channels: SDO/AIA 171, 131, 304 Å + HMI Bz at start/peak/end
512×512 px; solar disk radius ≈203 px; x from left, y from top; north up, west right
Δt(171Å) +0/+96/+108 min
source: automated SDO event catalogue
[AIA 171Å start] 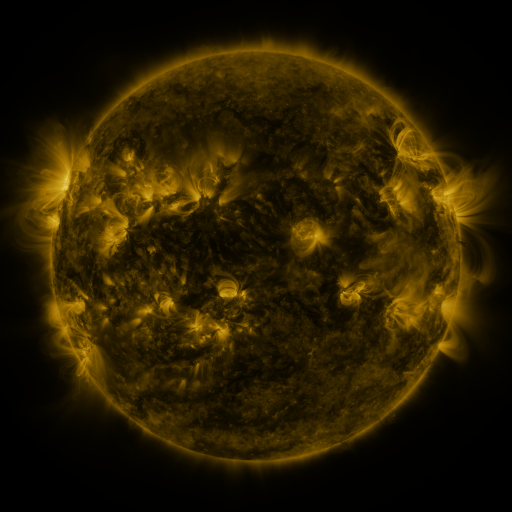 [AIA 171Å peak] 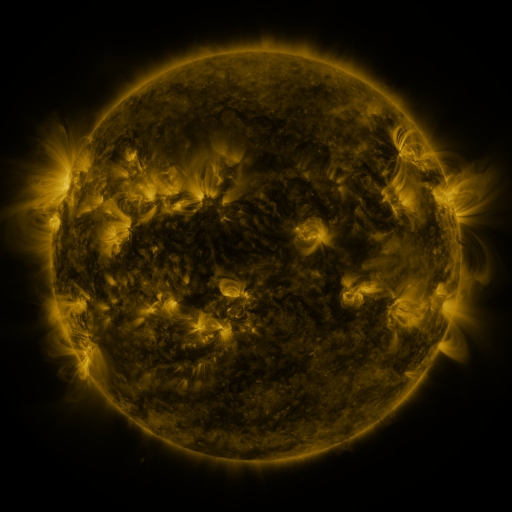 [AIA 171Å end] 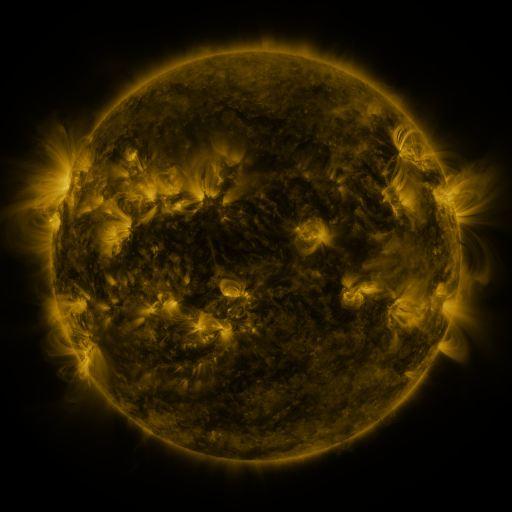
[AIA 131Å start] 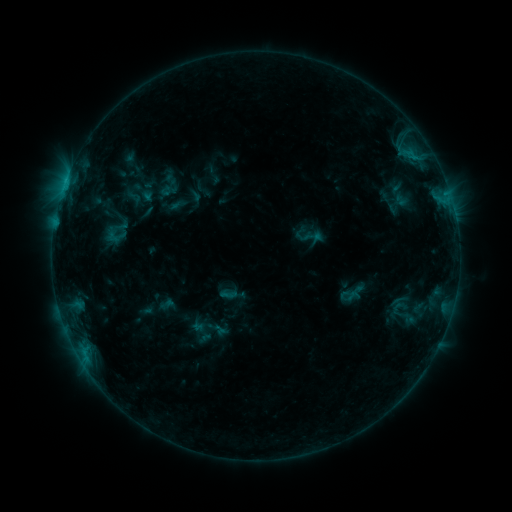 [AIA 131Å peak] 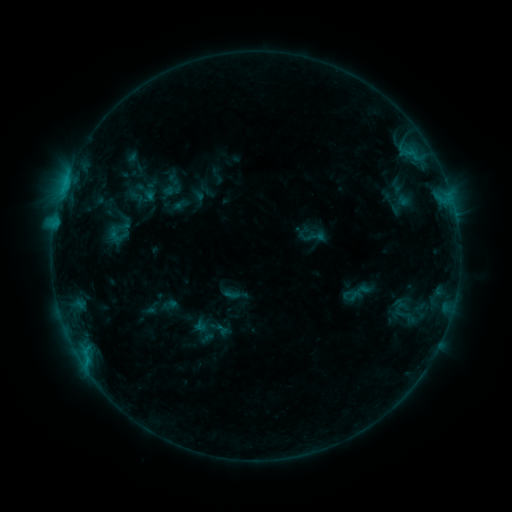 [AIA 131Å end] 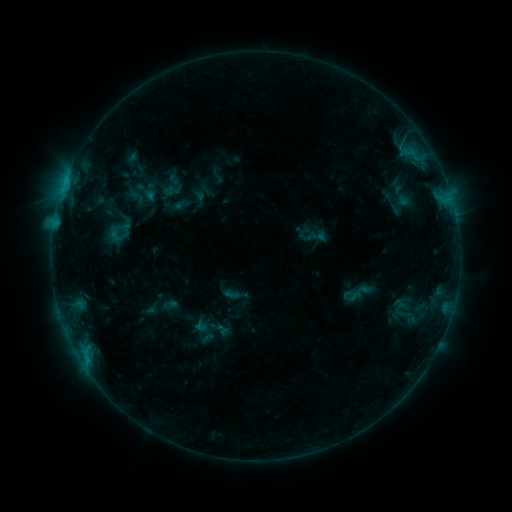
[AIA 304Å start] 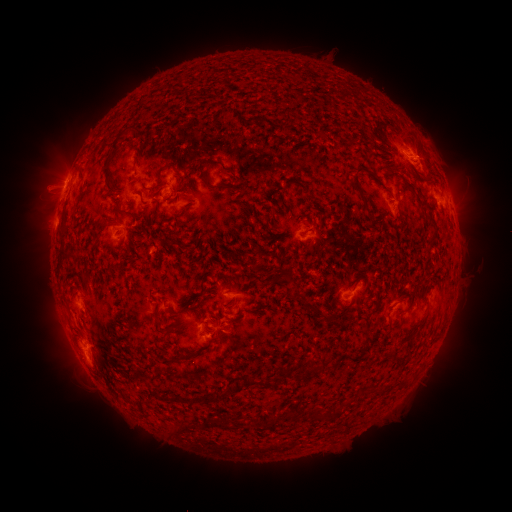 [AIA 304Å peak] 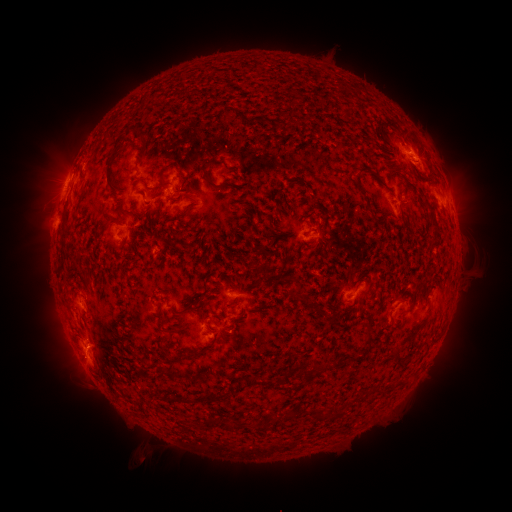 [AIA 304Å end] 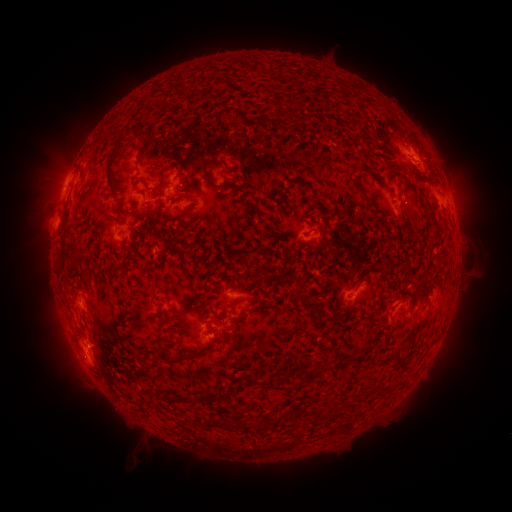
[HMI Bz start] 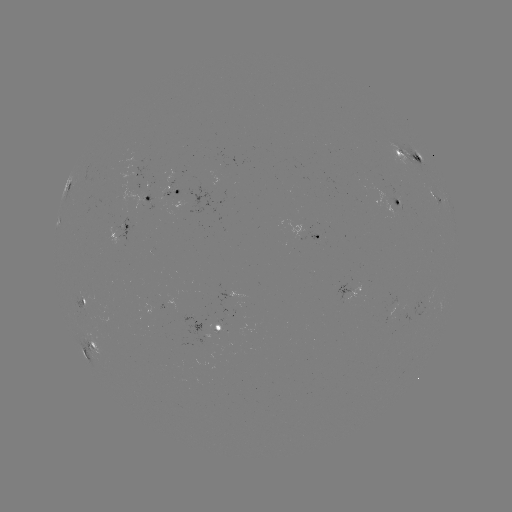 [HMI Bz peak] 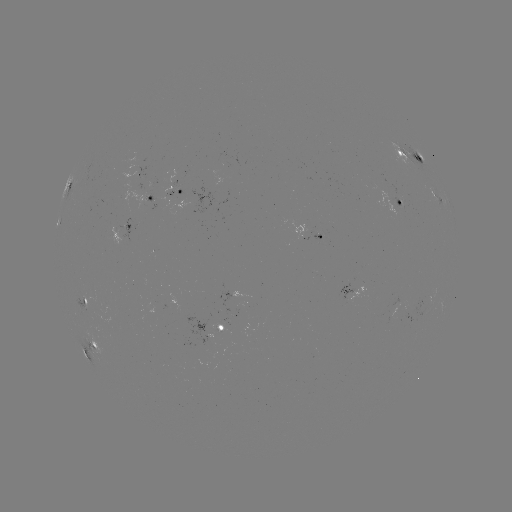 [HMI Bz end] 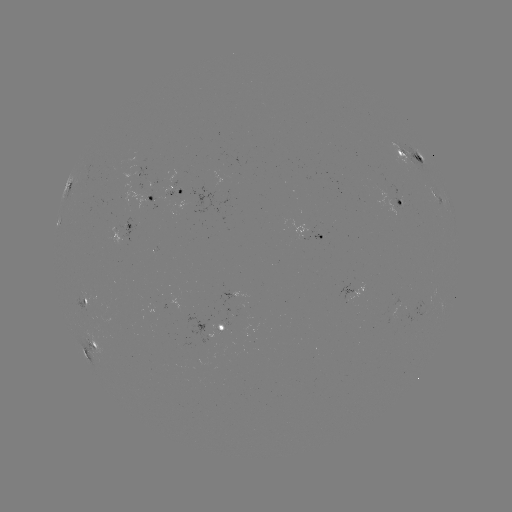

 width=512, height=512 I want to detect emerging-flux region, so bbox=[389, 197, 403, 209].